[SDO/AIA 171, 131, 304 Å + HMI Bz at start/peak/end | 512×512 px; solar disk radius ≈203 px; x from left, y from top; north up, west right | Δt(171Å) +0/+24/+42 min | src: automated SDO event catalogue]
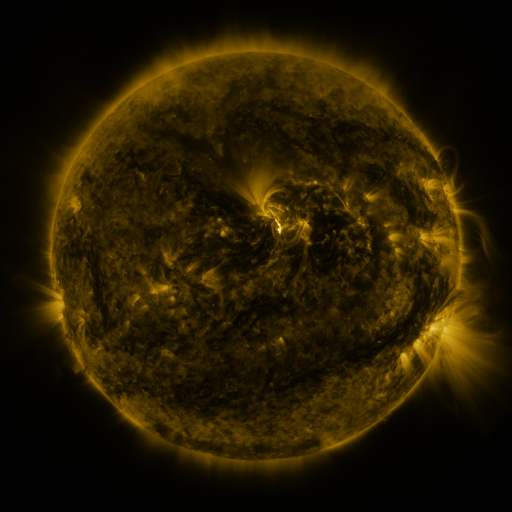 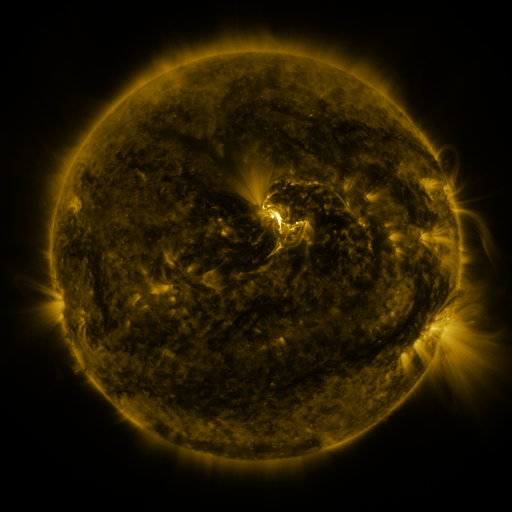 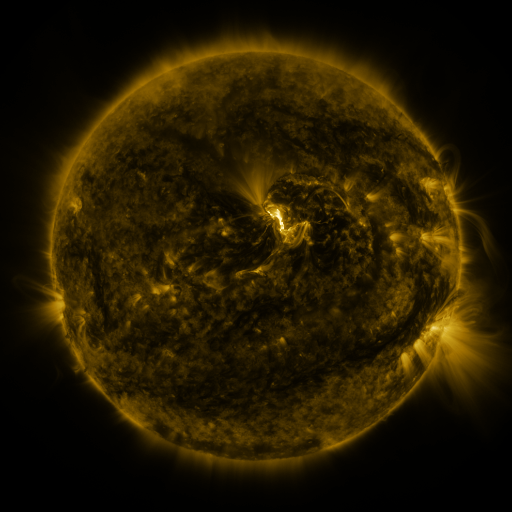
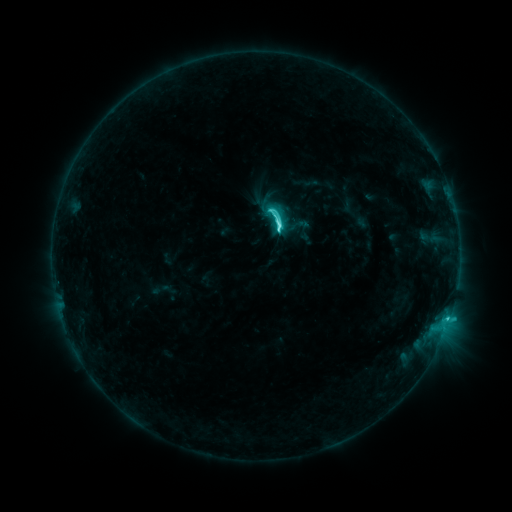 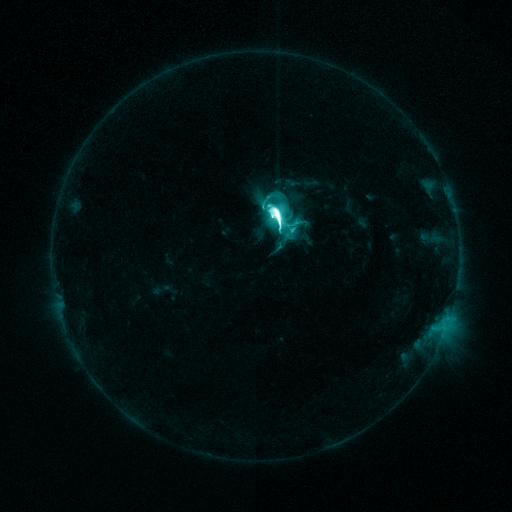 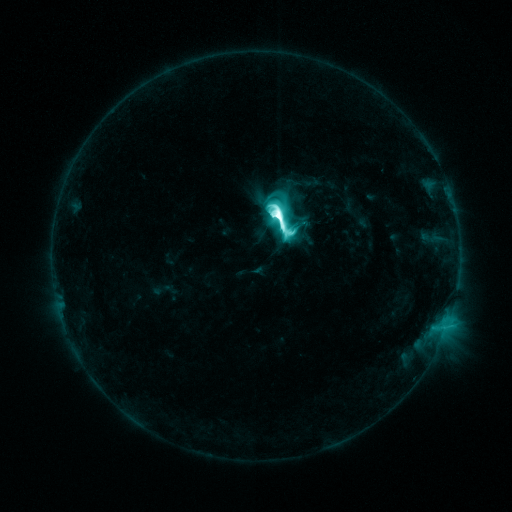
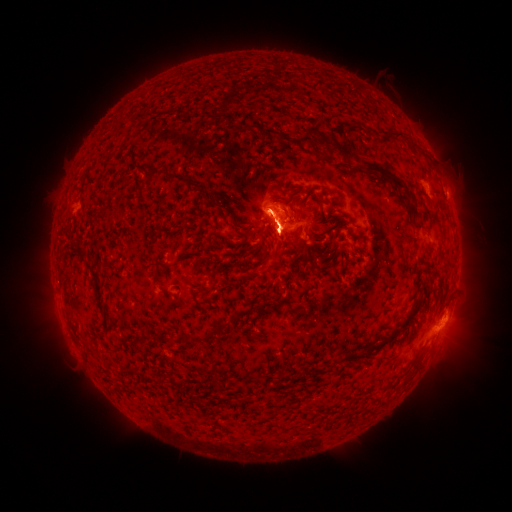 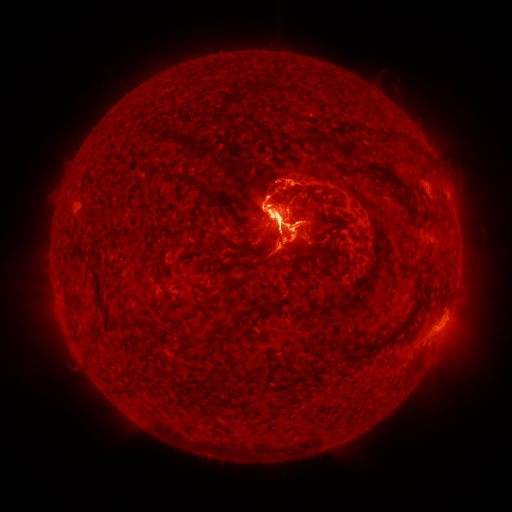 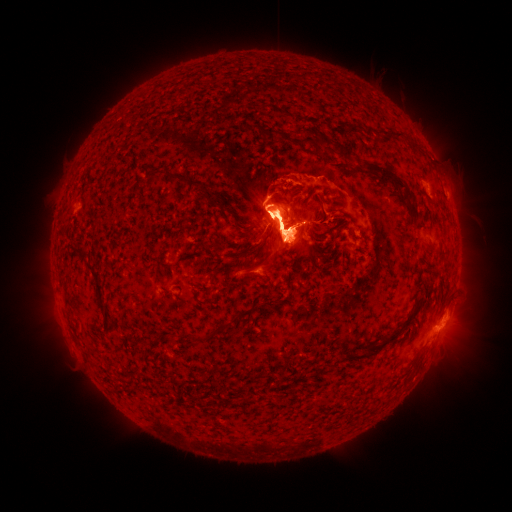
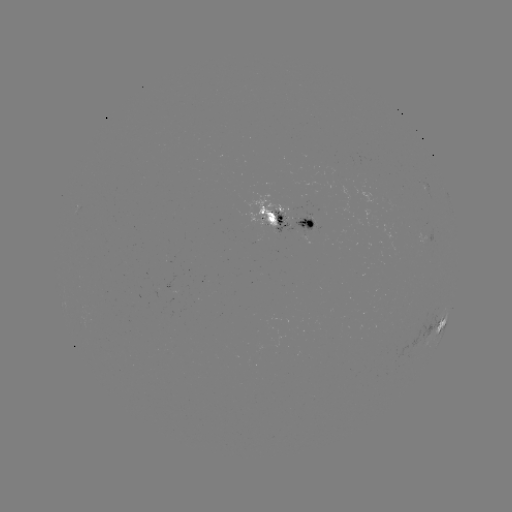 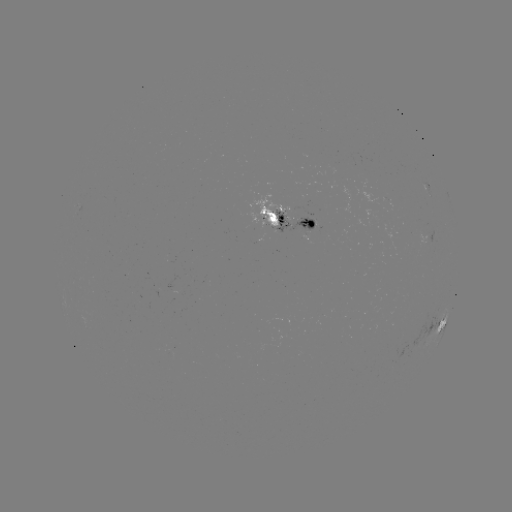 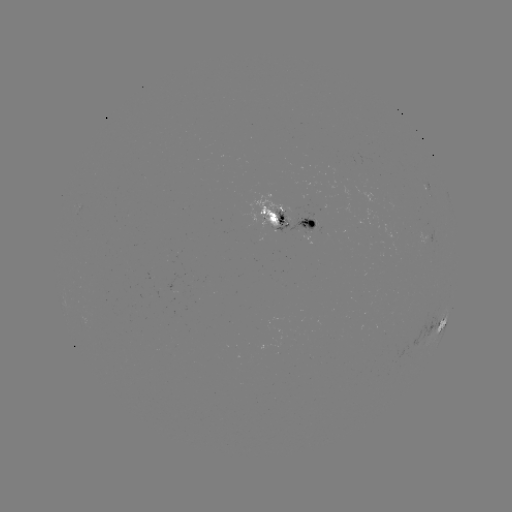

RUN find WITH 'eruption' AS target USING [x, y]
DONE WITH [275, 227] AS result